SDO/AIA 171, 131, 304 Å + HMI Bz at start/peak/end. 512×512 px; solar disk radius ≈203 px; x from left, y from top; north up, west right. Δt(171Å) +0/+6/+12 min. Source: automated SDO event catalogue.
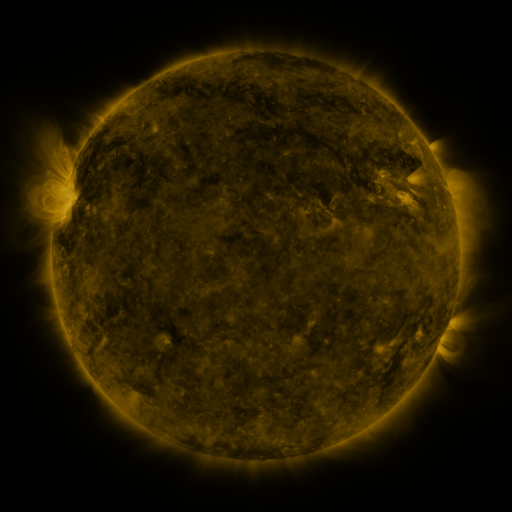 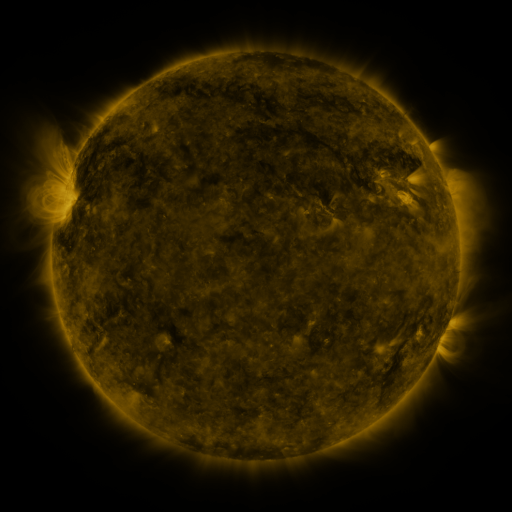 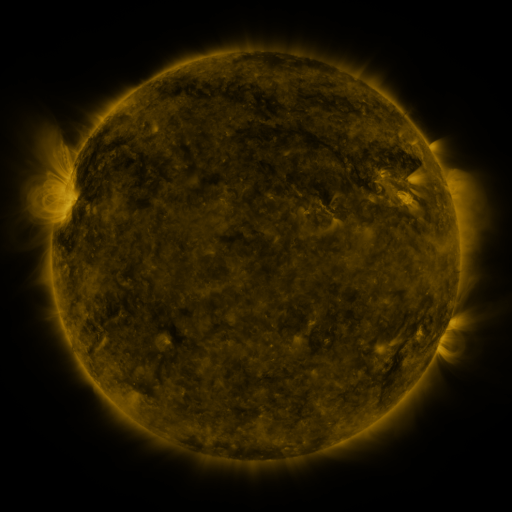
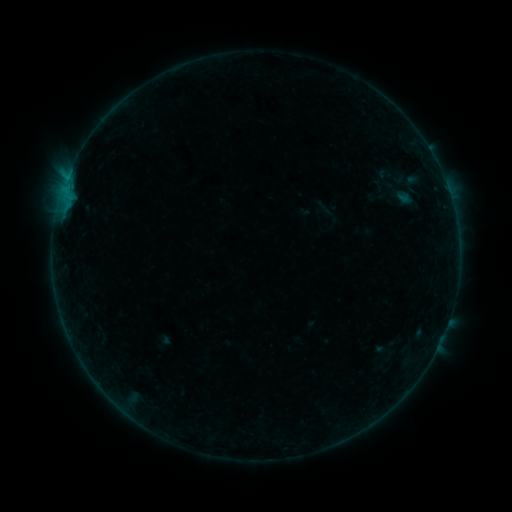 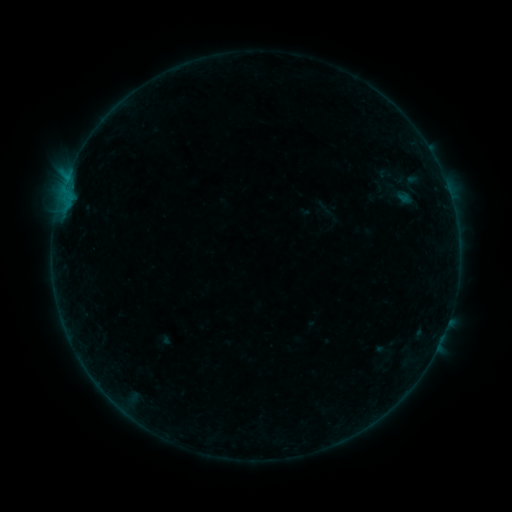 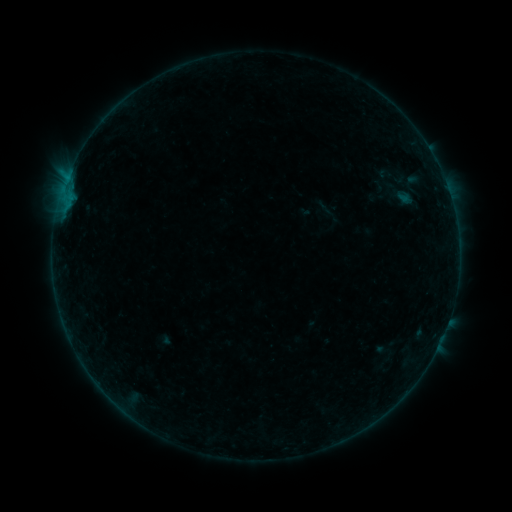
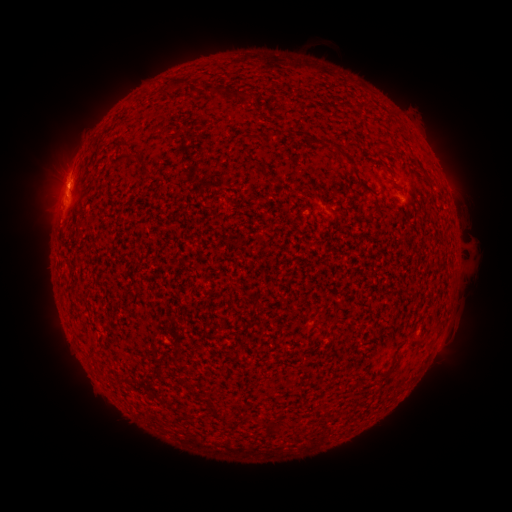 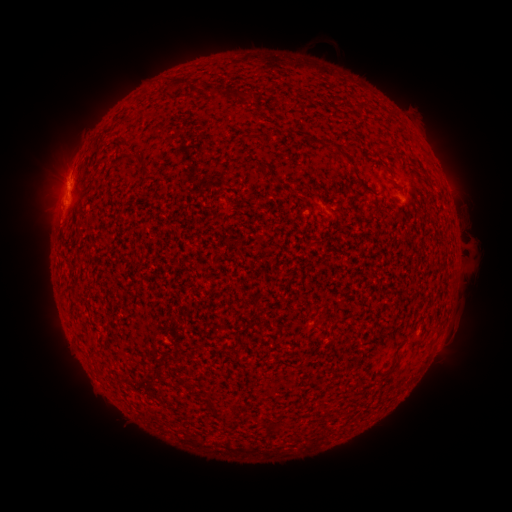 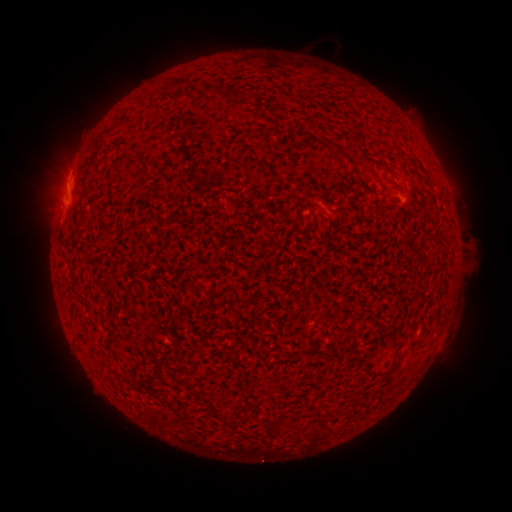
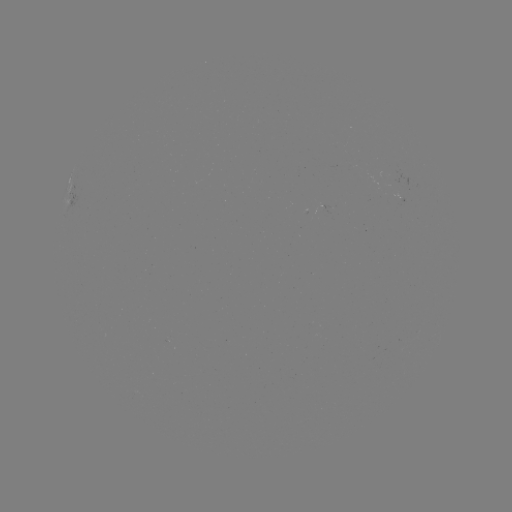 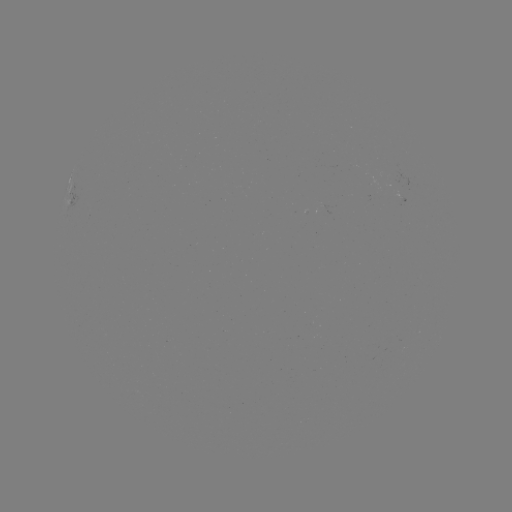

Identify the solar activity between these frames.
eruption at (64, 136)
